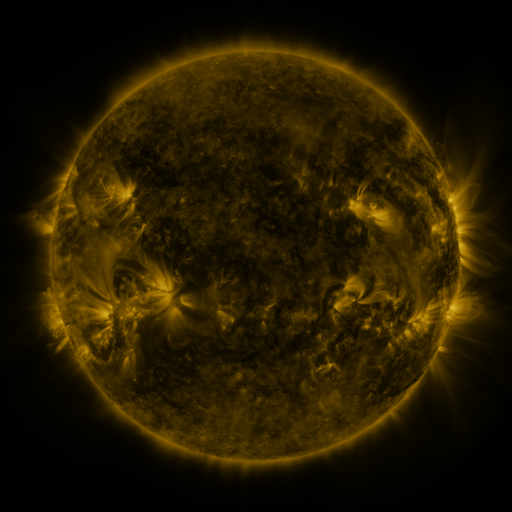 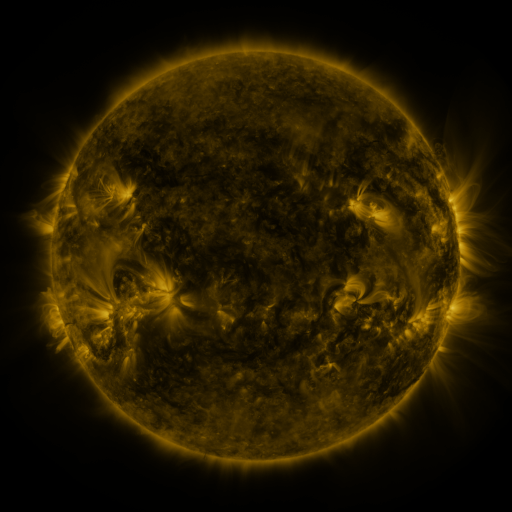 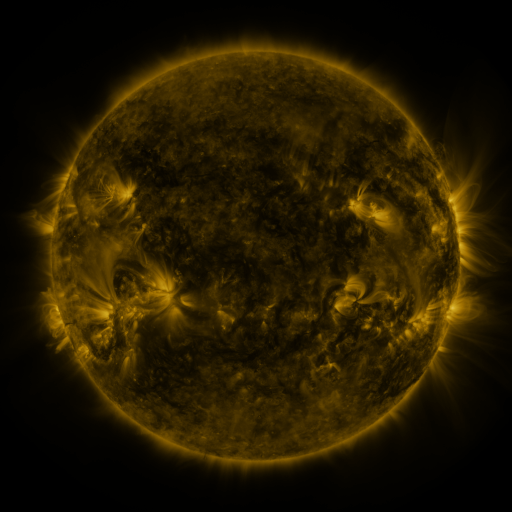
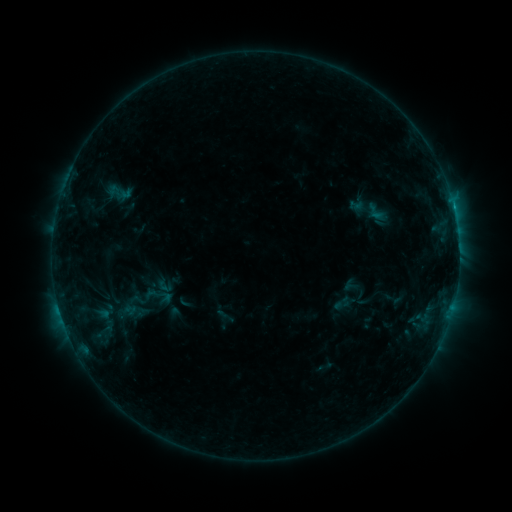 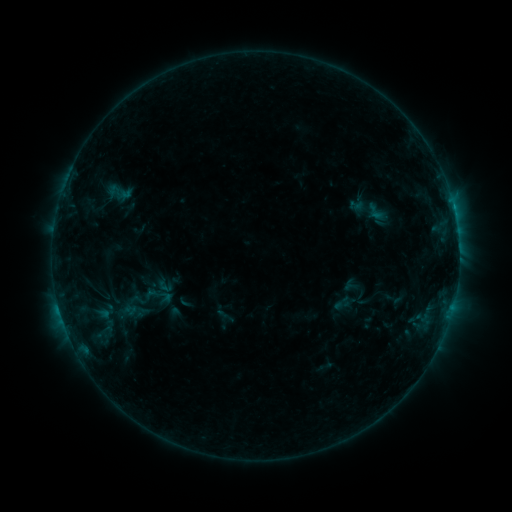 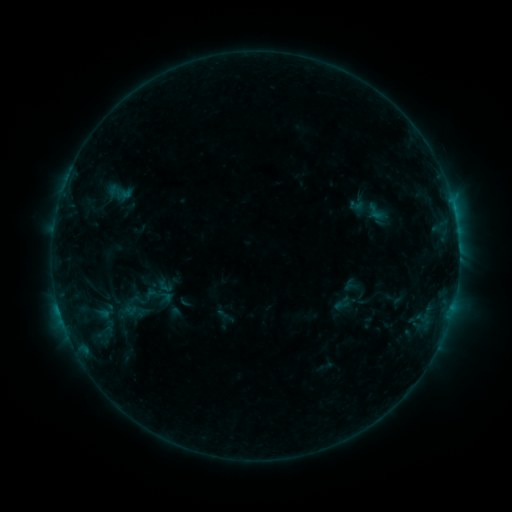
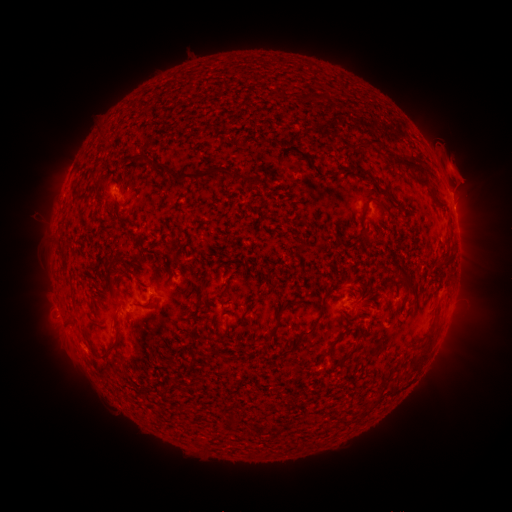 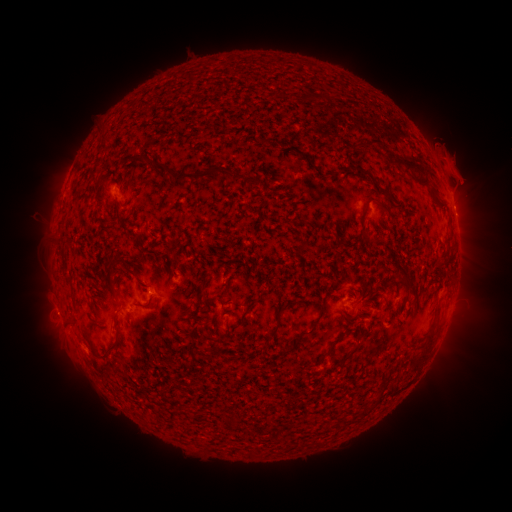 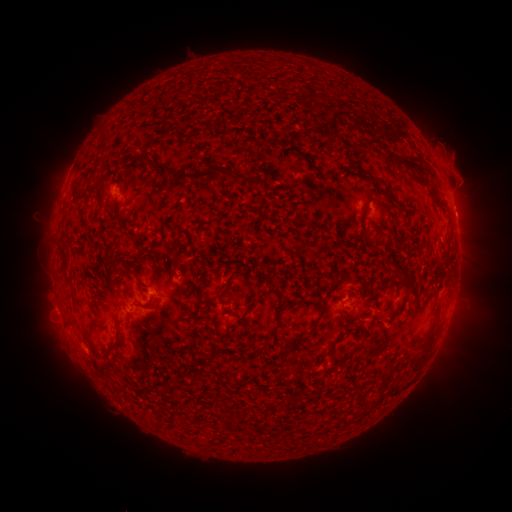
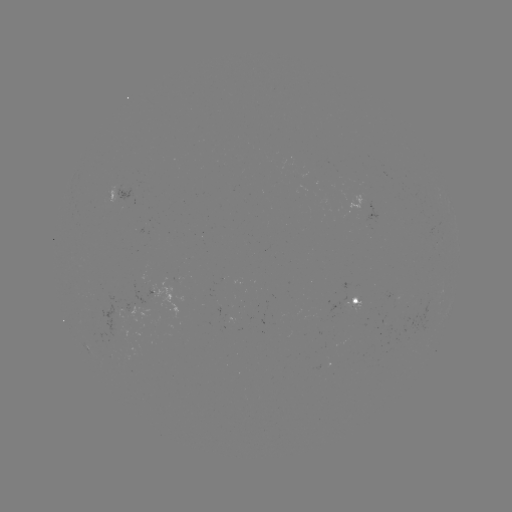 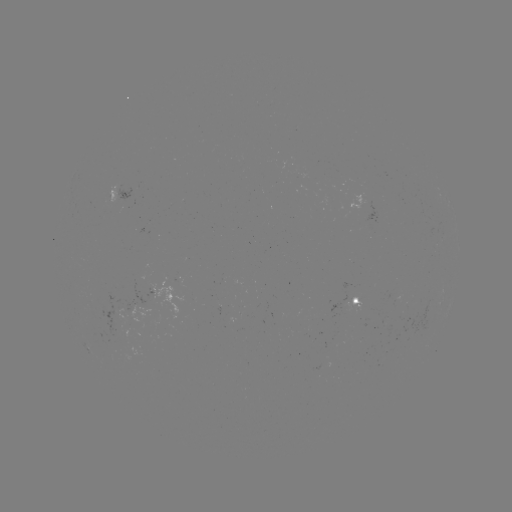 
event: eruption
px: (55, 315)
